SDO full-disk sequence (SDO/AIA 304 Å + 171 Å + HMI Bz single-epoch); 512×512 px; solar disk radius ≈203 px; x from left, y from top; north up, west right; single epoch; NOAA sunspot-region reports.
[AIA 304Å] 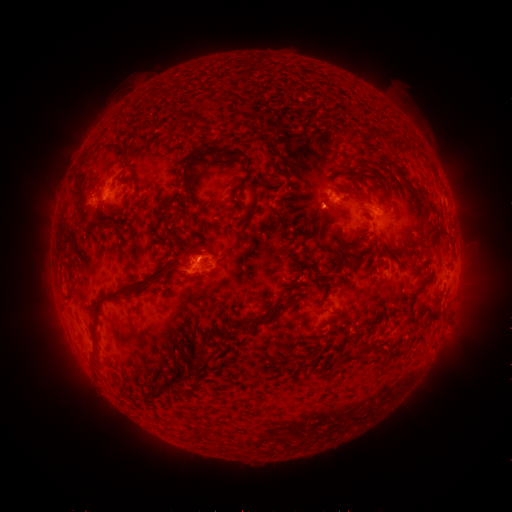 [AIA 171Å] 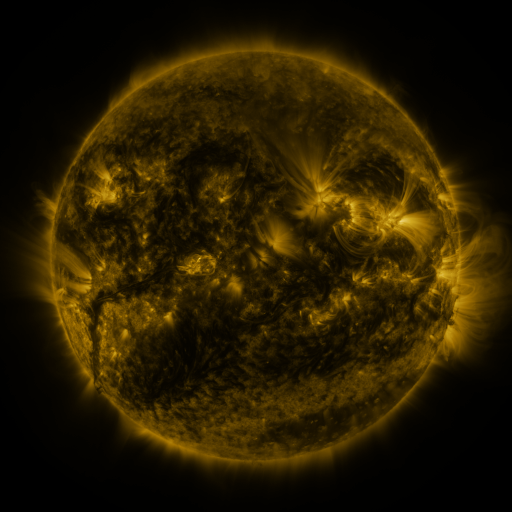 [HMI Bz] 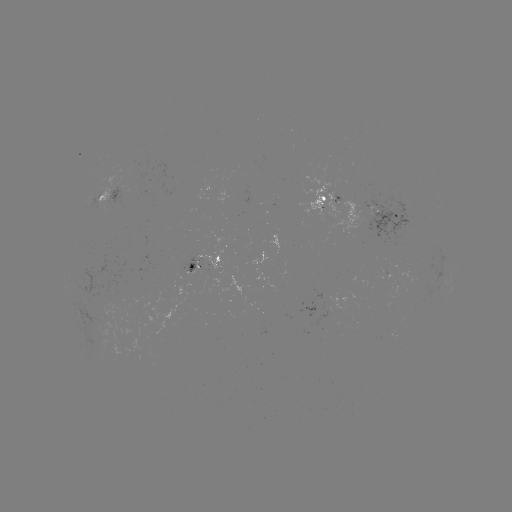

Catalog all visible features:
spotted active region: (113, 195)
spotted active region: (203, 262)
spotted active region: (363, 265)
